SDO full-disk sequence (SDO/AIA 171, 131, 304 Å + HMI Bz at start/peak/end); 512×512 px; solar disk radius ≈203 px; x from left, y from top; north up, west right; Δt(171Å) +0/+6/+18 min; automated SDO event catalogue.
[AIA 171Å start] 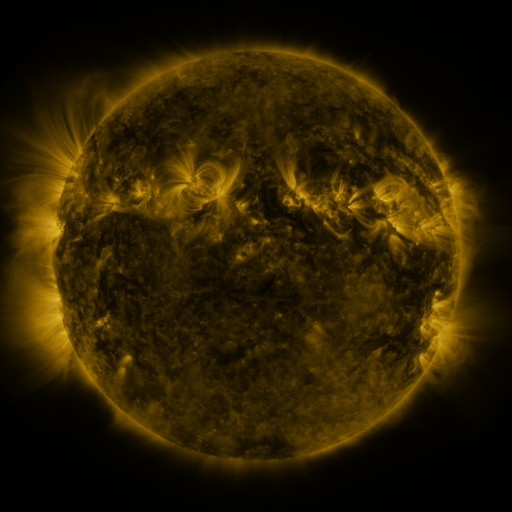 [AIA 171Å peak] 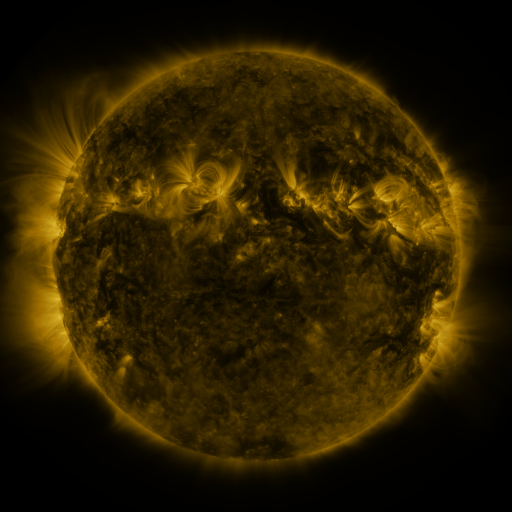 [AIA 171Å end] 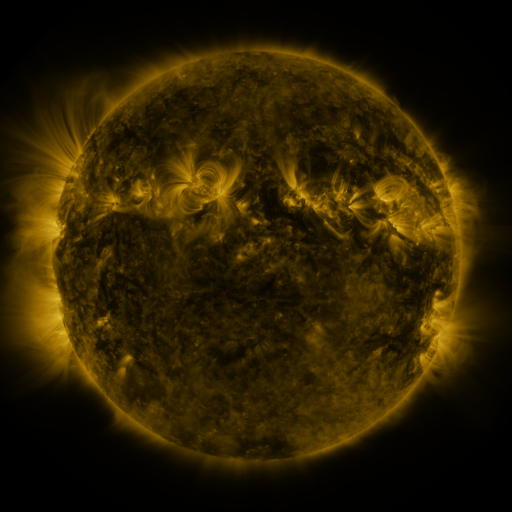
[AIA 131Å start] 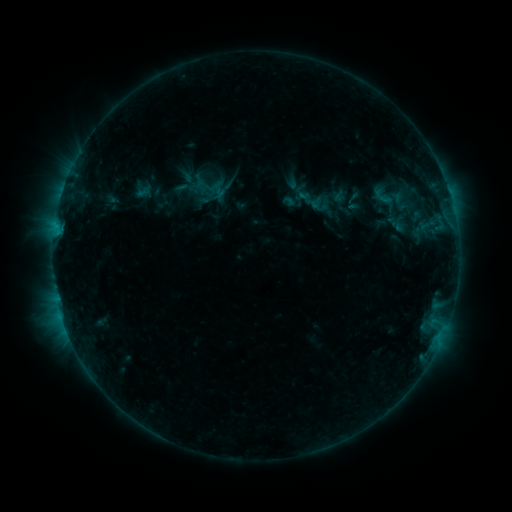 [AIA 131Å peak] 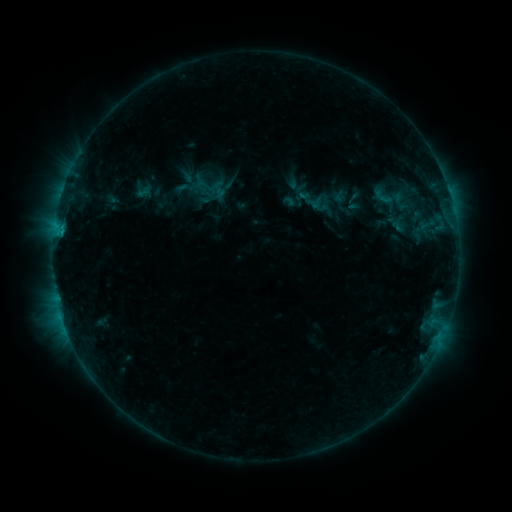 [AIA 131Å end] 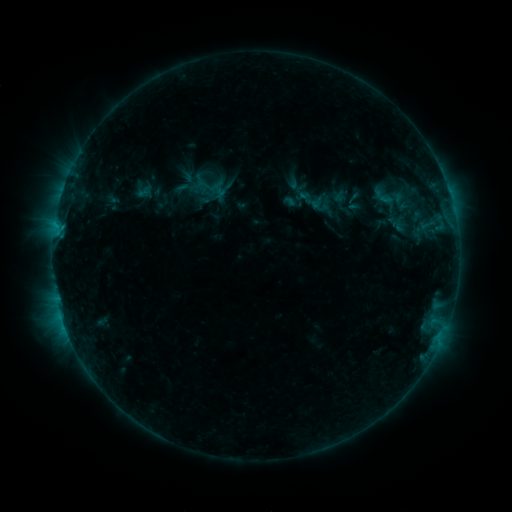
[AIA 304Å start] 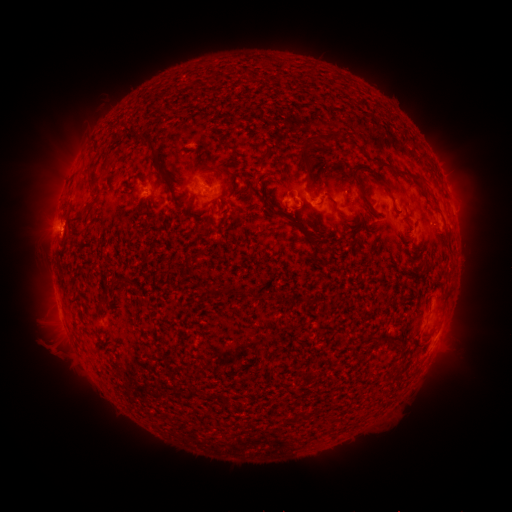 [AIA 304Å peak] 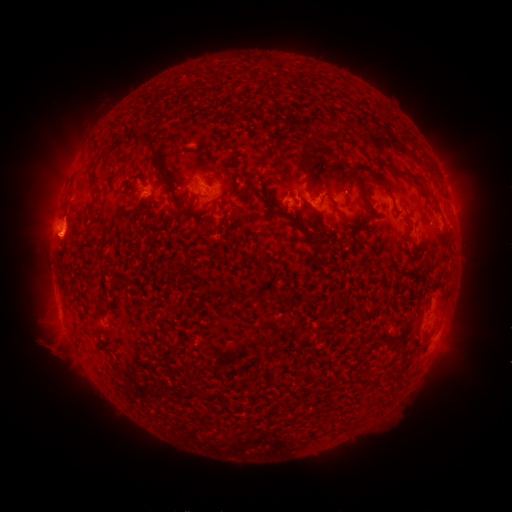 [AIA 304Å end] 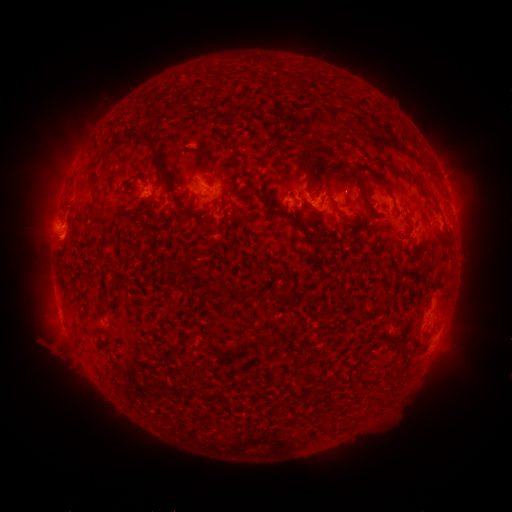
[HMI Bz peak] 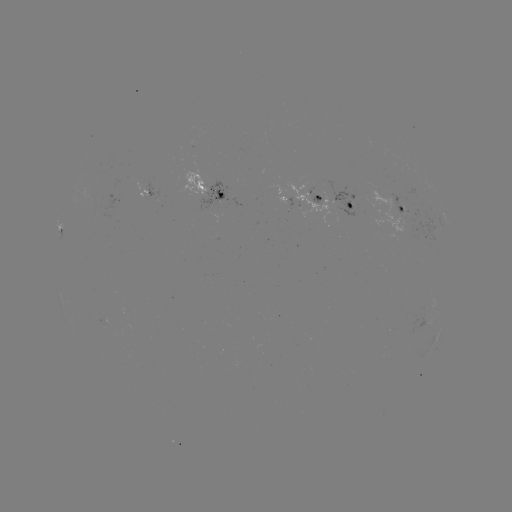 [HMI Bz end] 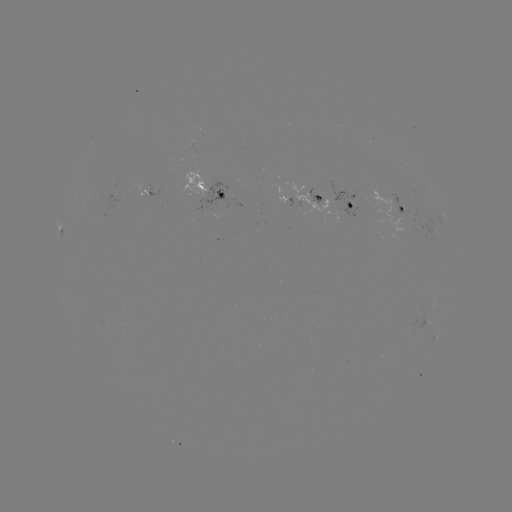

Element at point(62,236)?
B8.7 flare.